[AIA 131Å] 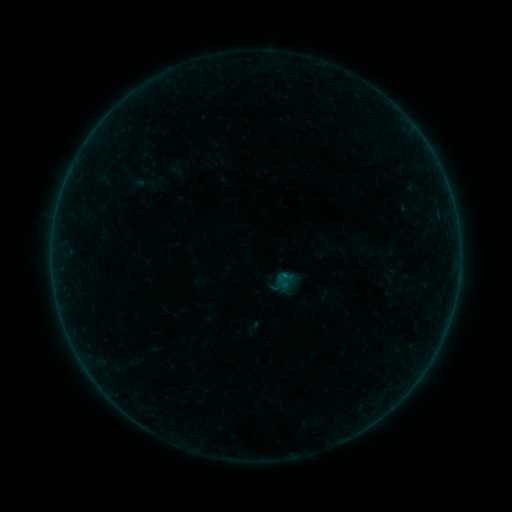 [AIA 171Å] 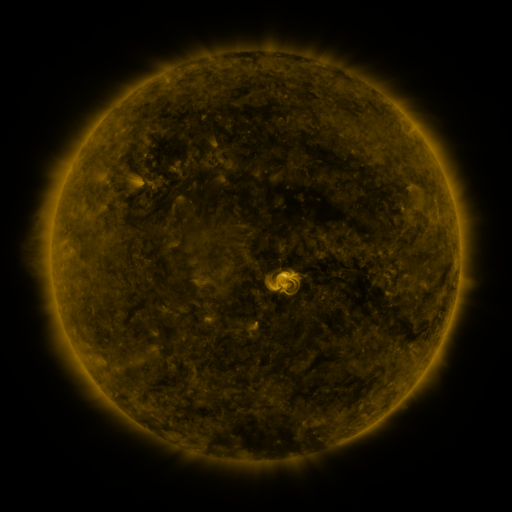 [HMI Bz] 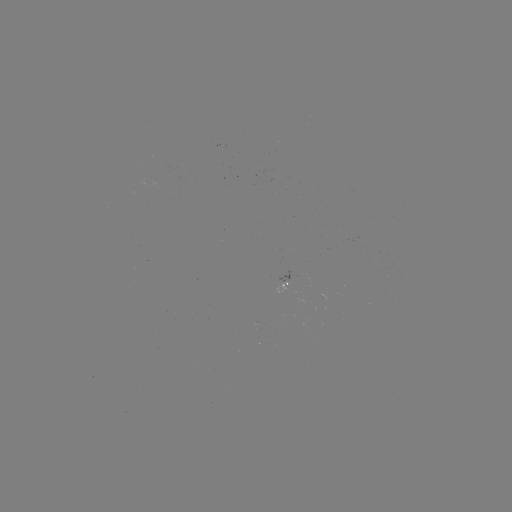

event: sigmoid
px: (284, 277)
